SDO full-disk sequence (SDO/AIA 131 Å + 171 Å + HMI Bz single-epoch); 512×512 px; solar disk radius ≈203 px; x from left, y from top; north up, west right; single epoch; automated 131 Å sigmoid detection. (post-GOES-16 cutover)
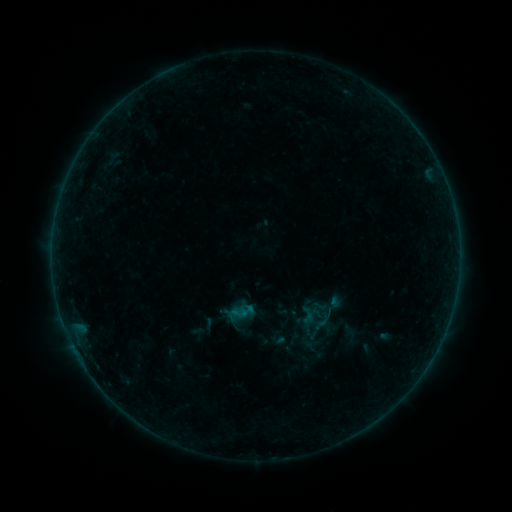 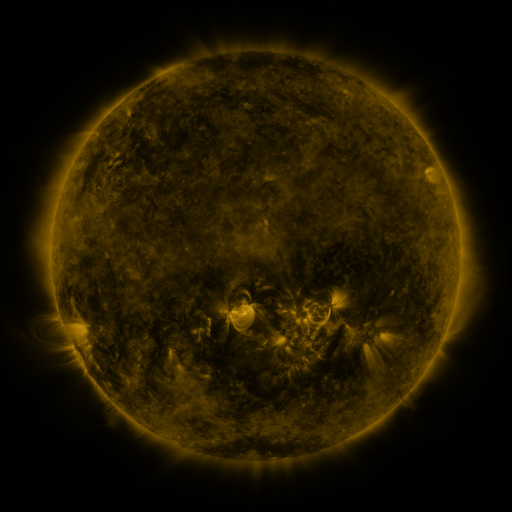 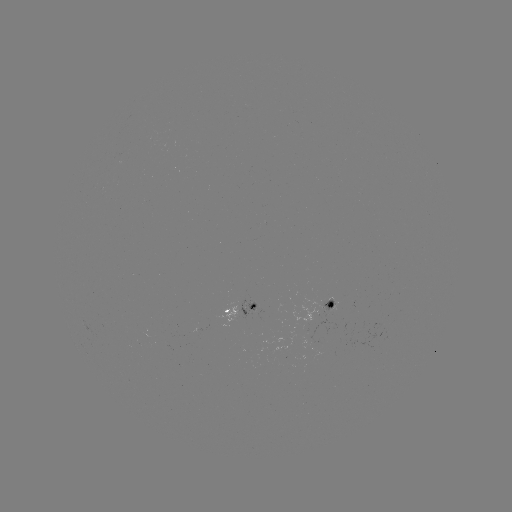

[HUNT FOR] sigmoid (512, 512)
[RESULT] (239, 312)